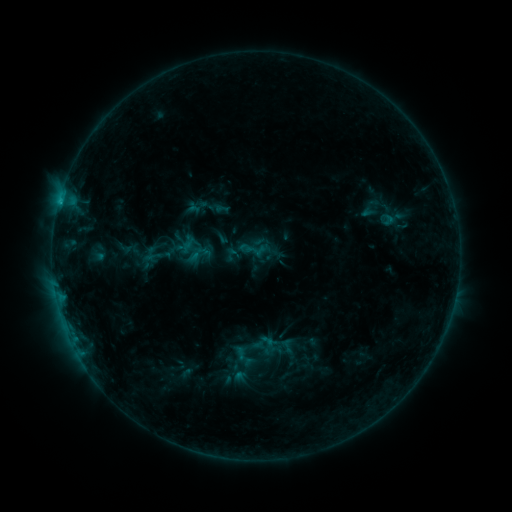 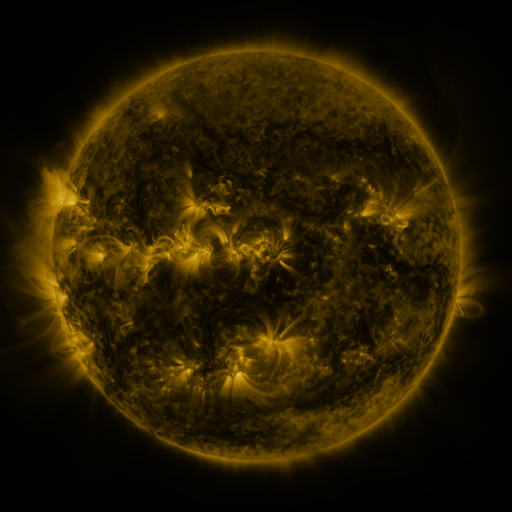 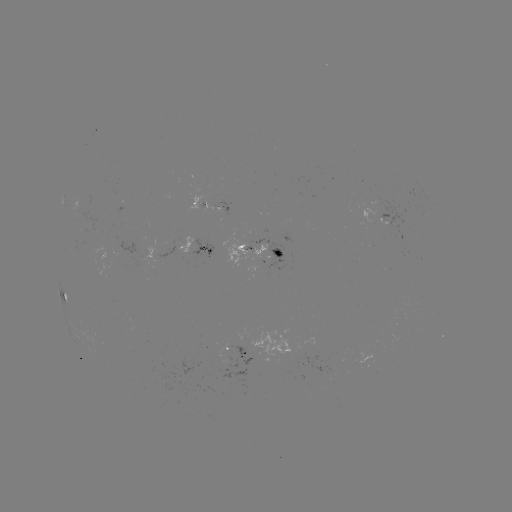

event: sigmoid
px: (199, 254)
